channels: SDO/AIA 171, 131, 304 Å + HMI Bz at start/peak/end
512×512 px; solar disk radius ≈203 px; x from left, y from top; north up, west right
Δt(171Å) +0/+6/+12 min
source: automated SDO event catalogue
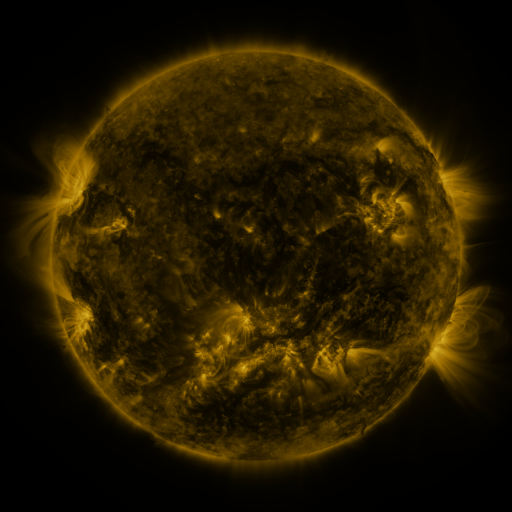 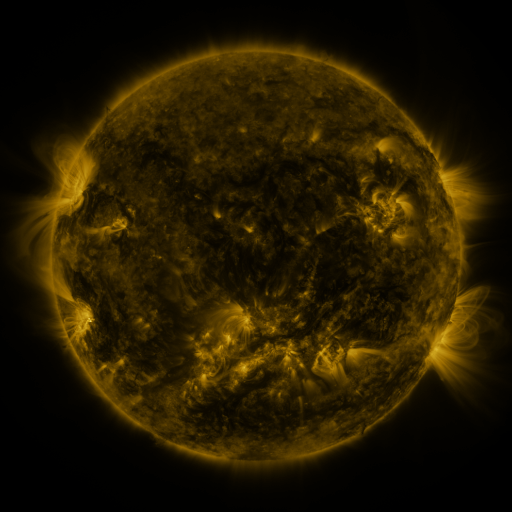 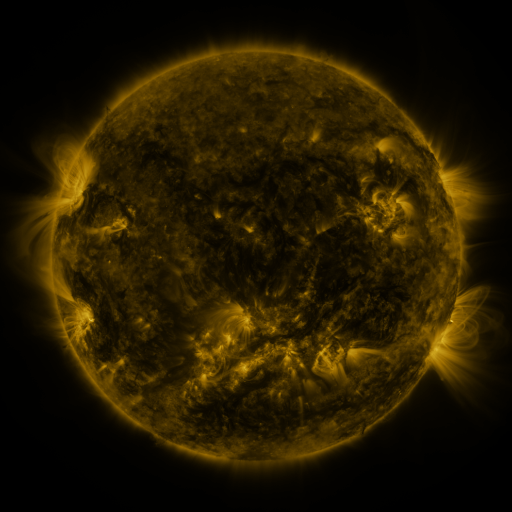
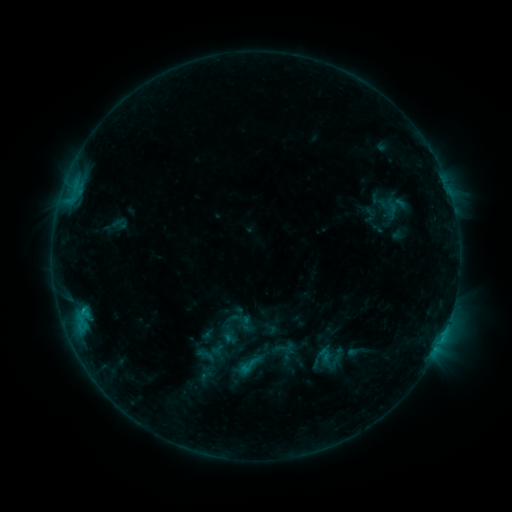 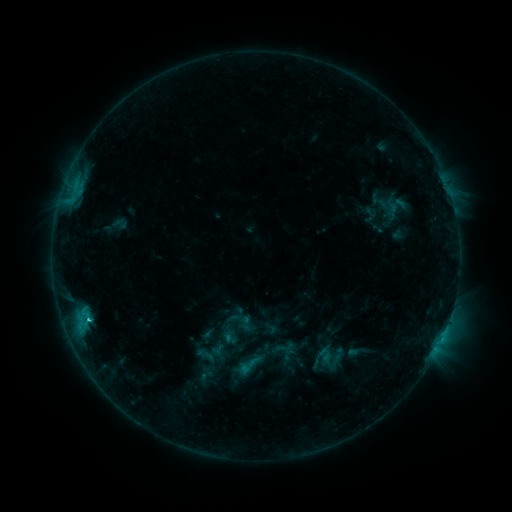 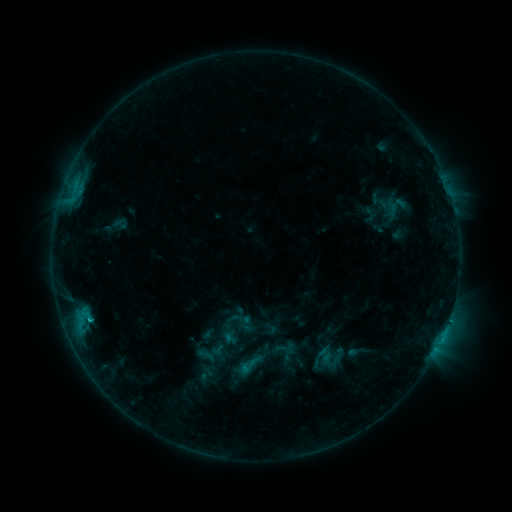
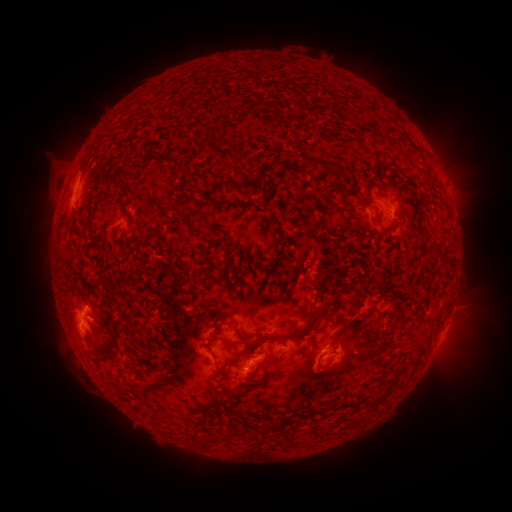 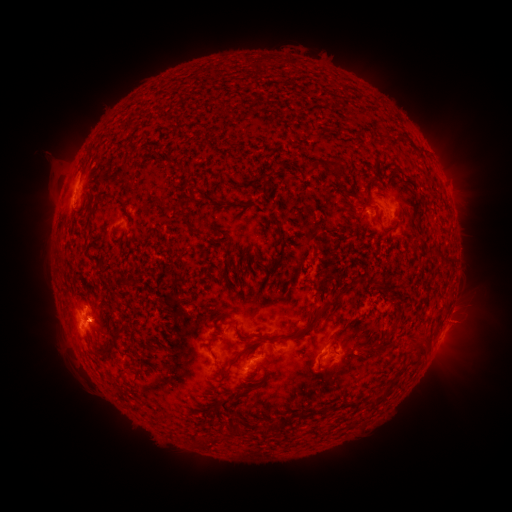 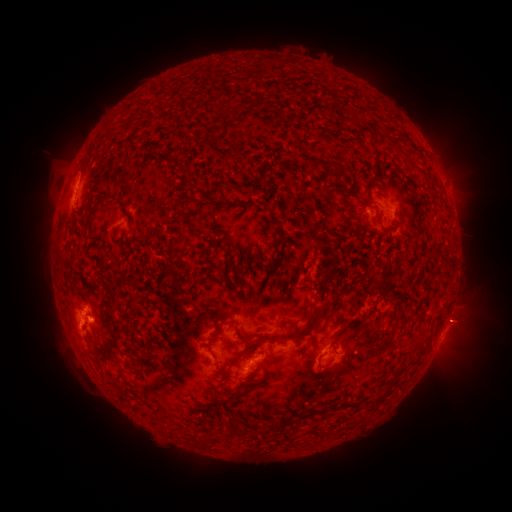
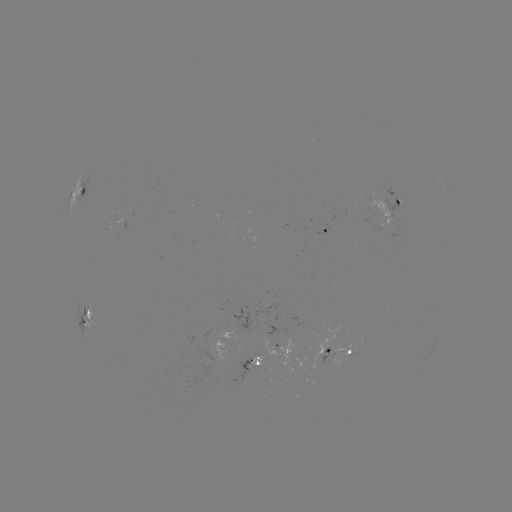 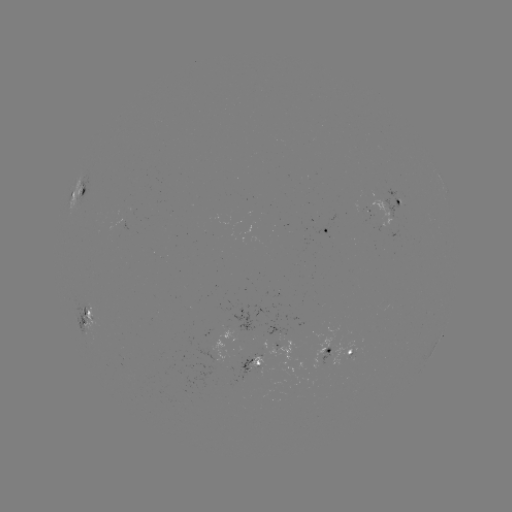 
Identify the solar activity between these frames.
C1.3 flare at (89, 319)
